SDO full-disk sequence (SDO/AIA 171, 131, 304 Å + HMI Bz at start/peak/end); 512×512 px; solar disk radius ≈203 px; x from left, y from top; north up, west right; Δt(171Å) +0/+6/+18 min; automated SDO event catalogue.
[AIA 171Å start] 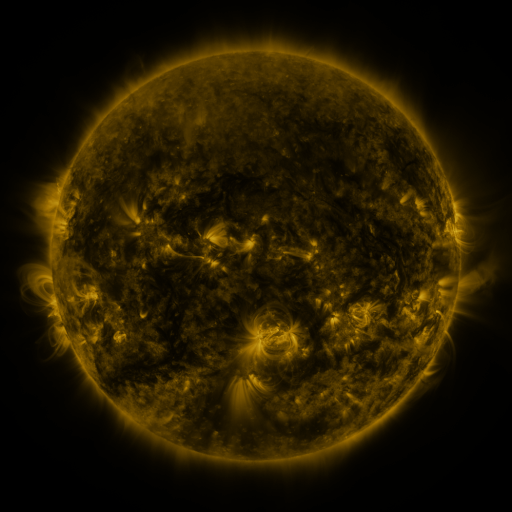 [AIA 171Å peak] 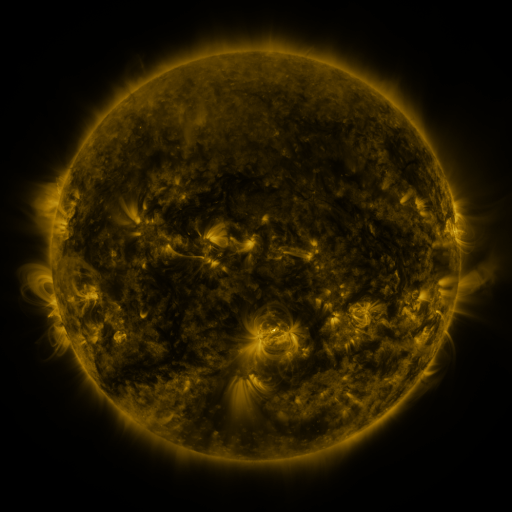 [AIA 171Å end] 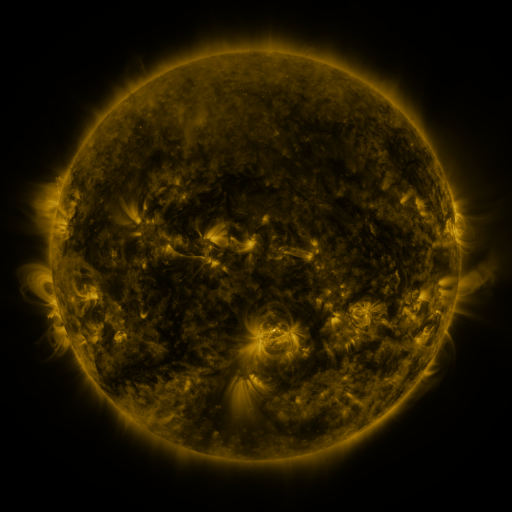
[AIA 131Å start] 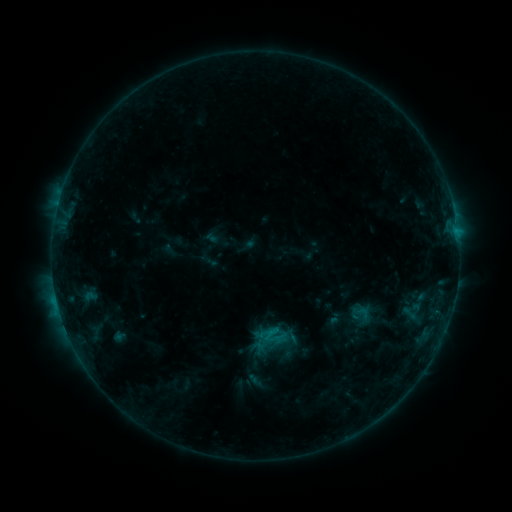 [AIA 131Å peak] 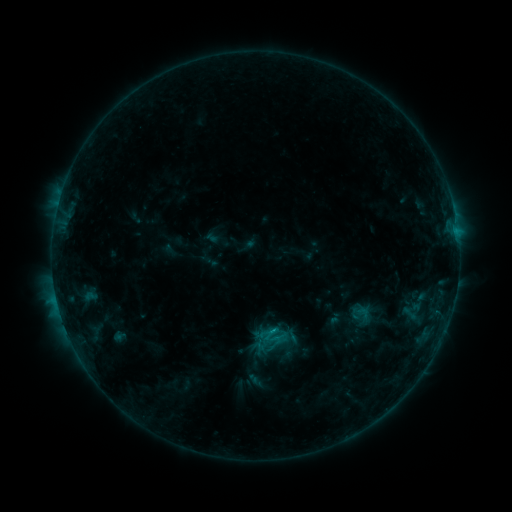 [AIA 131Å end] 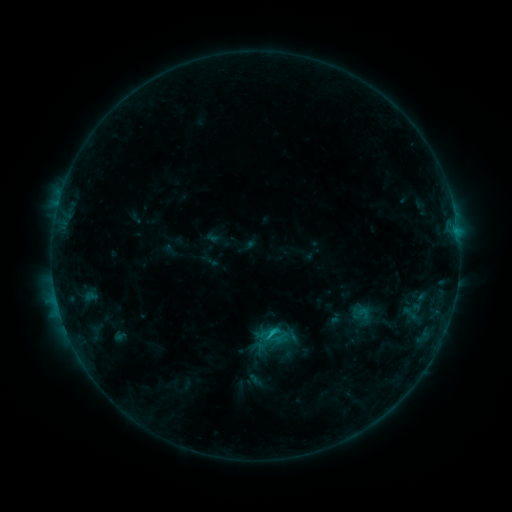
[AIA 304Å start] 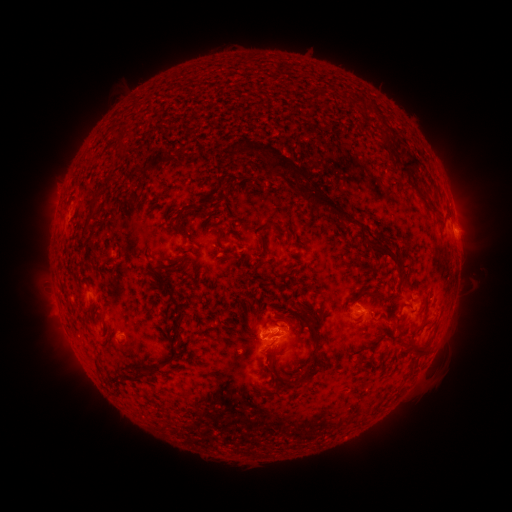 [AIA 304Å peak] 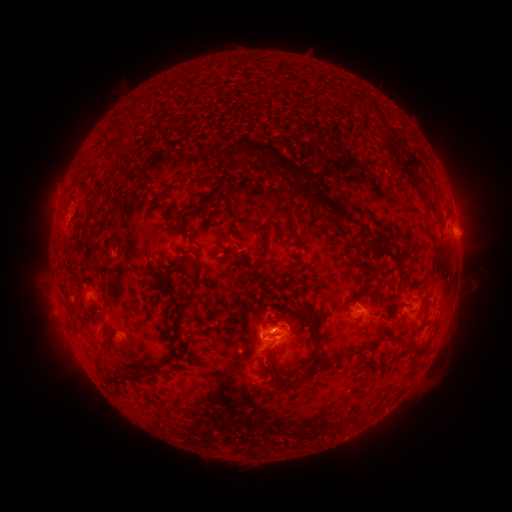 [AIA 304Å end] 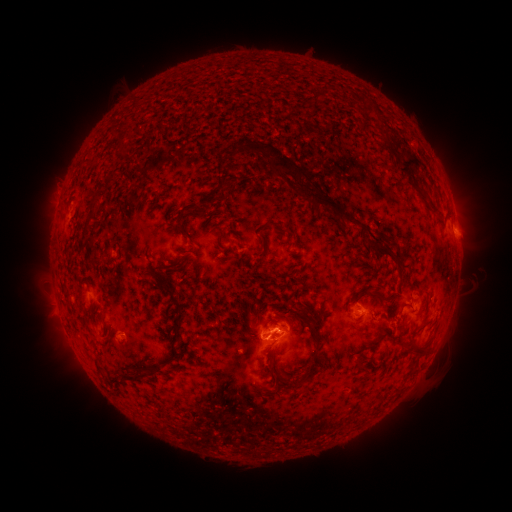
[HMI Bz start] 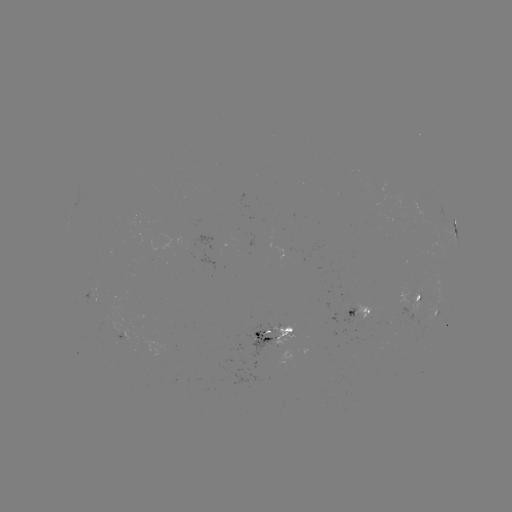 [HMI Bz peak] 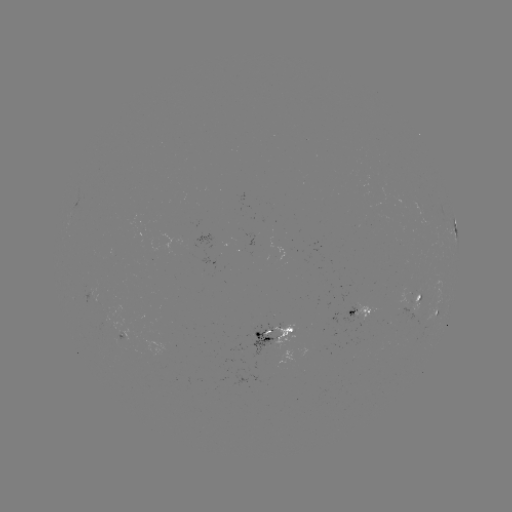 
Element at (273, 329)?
C2.2 flare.